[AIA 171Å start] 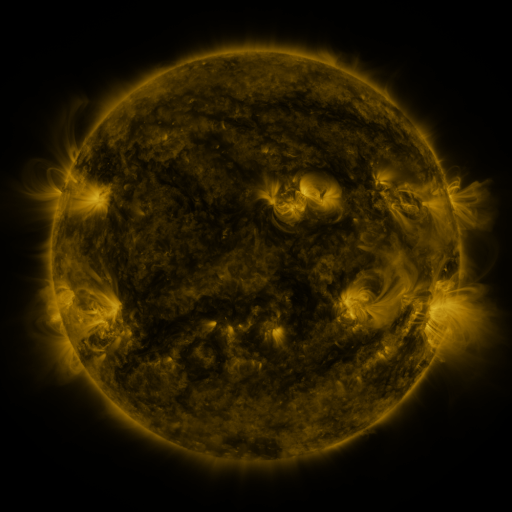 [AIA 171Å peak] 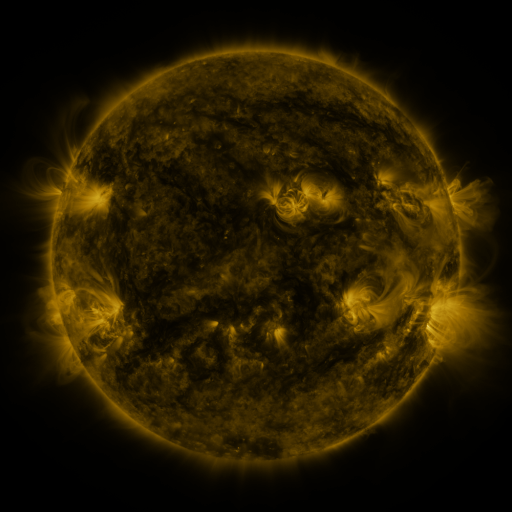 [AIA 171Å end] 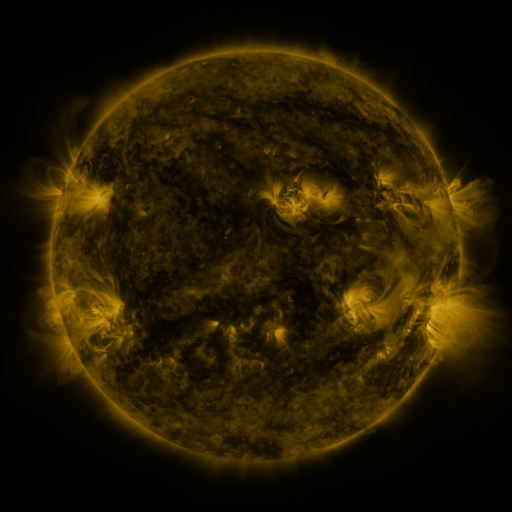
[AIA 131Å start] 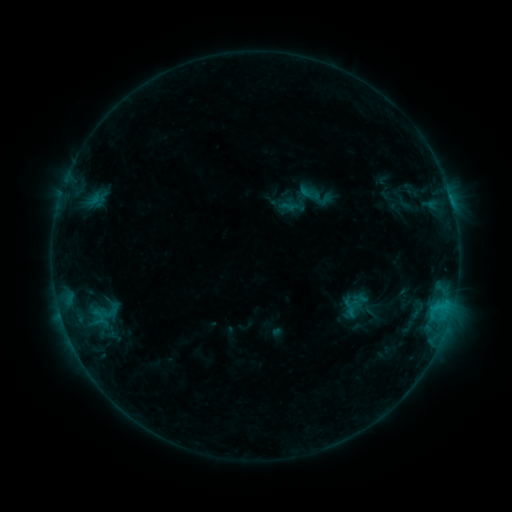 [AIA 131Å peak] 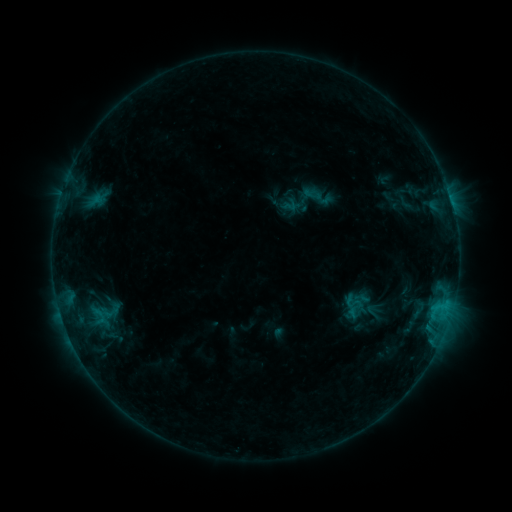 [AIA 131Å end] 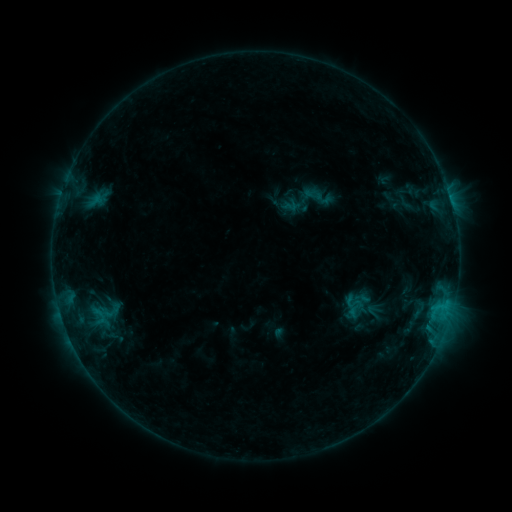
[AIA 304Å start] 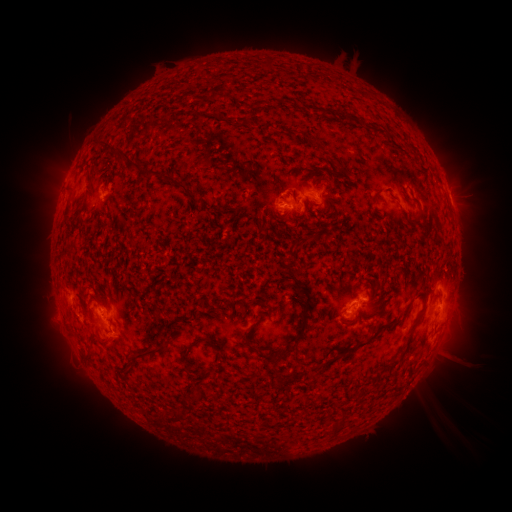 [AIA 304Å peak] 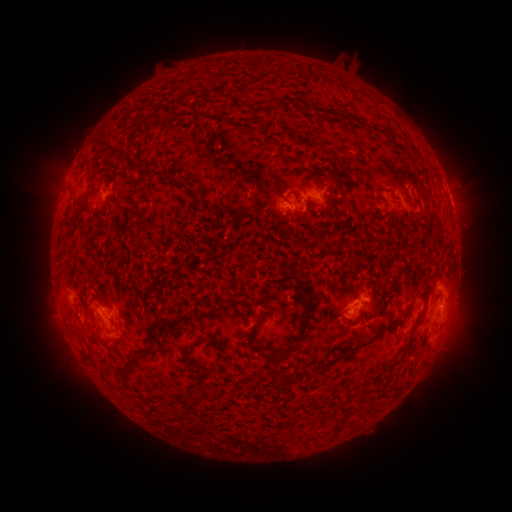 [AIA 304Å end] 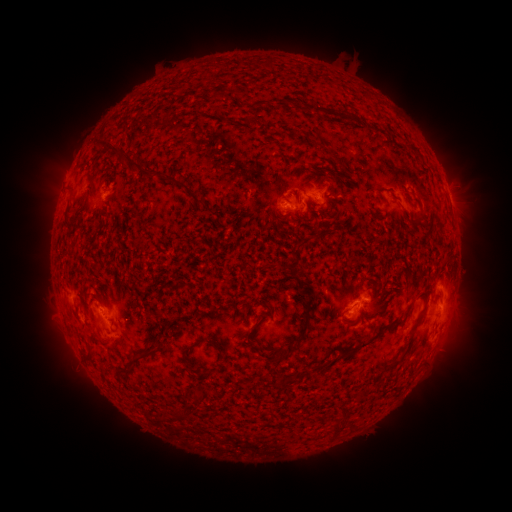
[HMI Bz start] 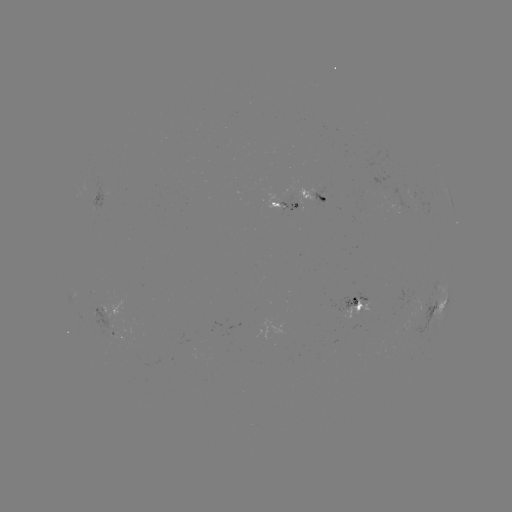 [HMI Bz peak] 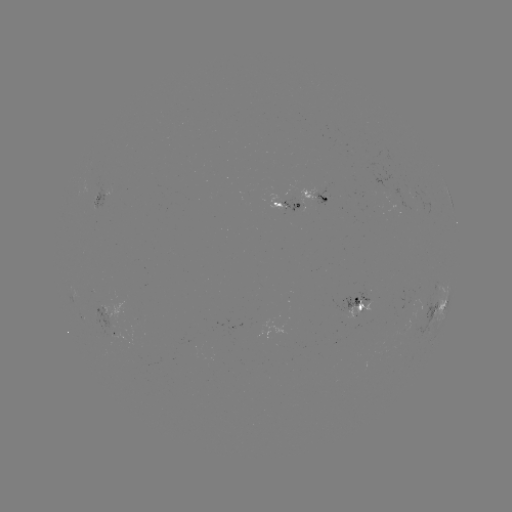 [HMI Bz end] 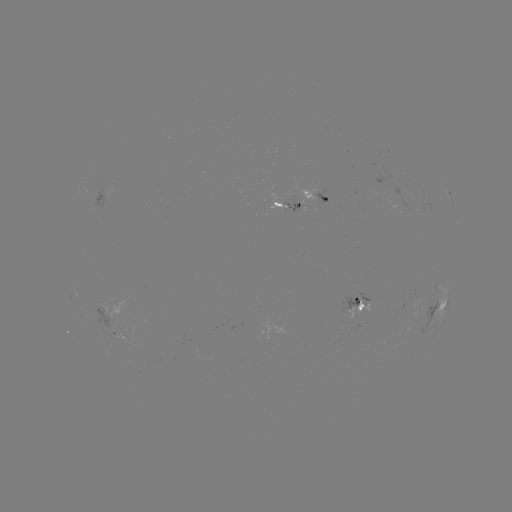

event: emerging-flux region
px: (111, 321)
